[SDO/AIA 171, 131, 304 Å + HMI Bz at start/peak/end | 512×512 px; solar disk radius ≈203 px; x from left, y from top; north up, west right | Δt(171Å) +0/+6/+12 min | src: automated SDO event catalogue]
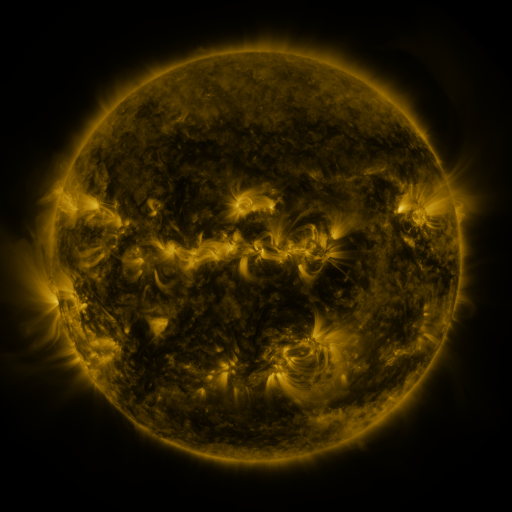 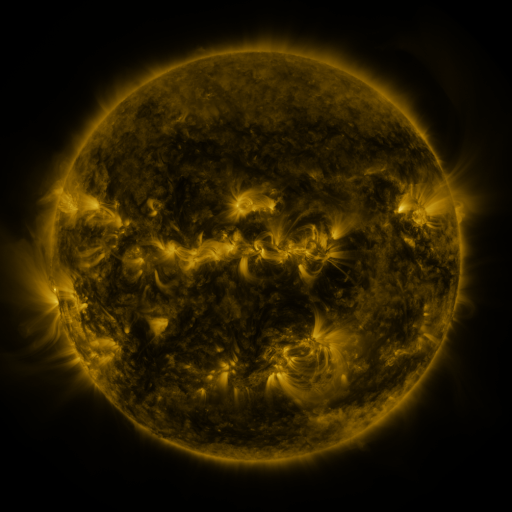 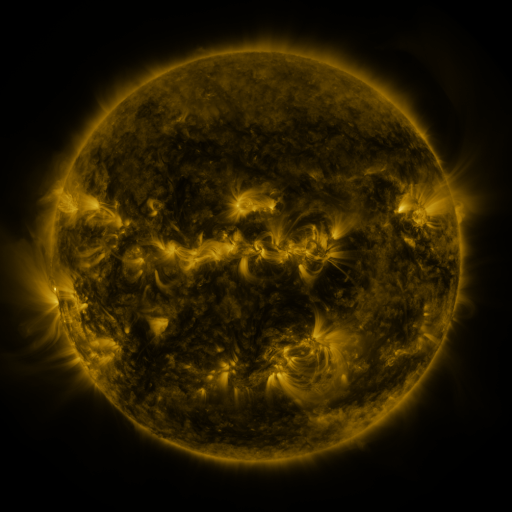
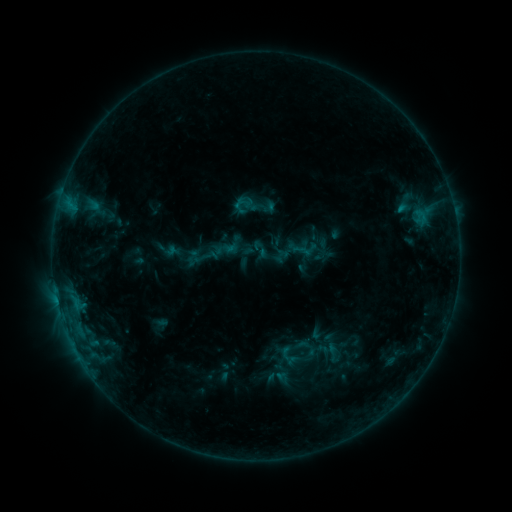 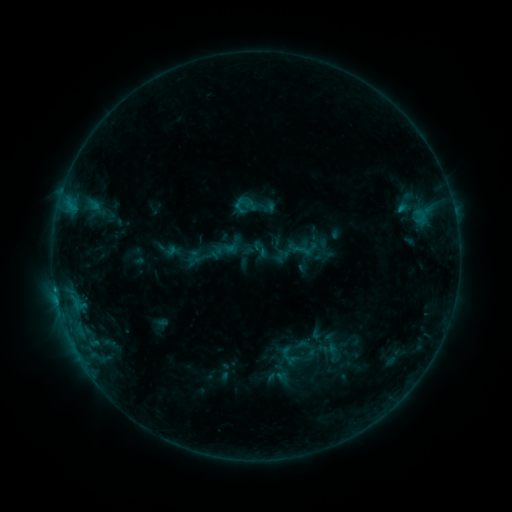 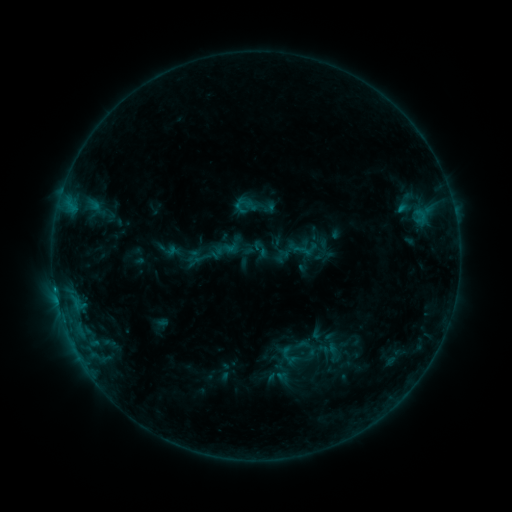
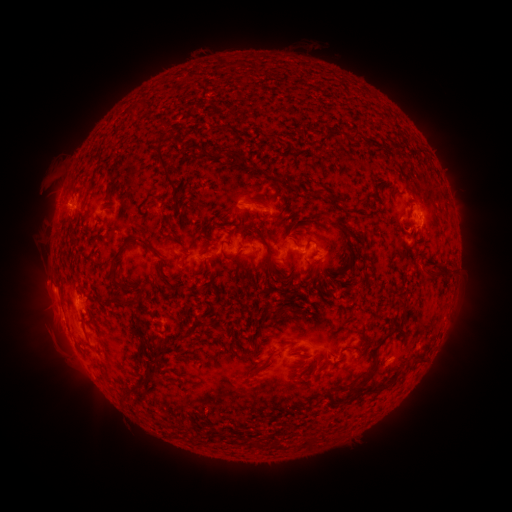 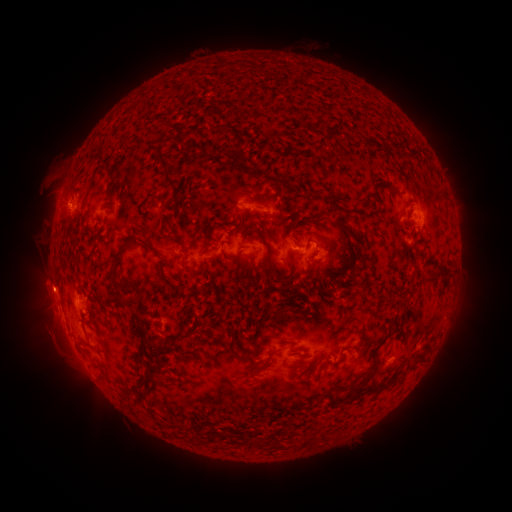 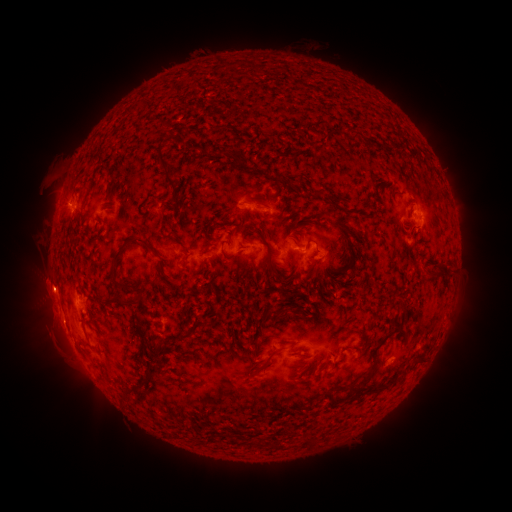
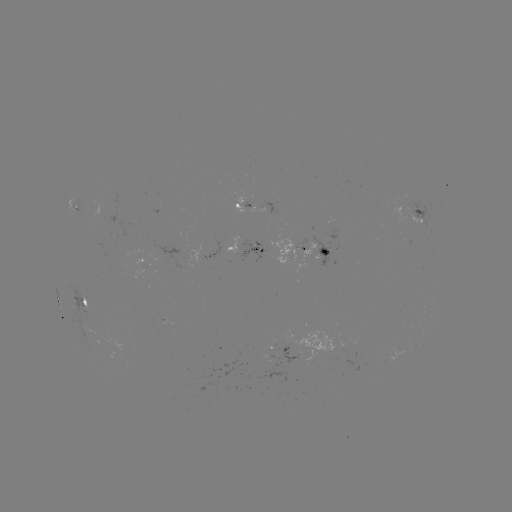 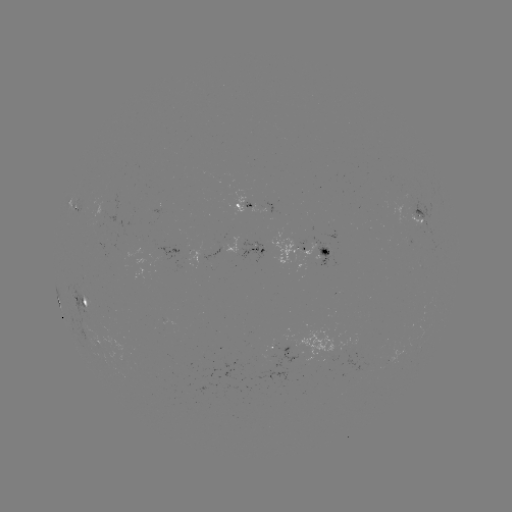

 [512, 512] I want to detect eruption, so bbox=[22, 262, 80, 350].